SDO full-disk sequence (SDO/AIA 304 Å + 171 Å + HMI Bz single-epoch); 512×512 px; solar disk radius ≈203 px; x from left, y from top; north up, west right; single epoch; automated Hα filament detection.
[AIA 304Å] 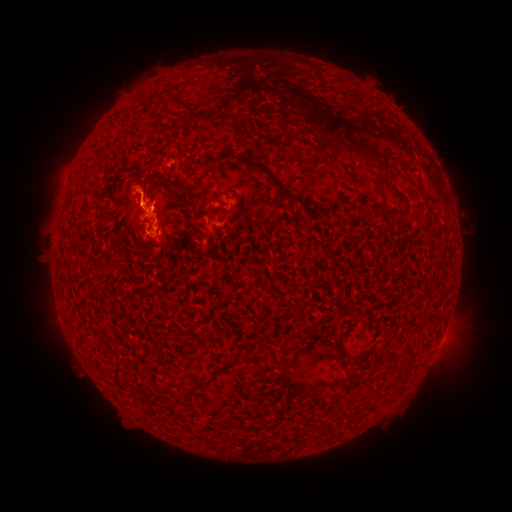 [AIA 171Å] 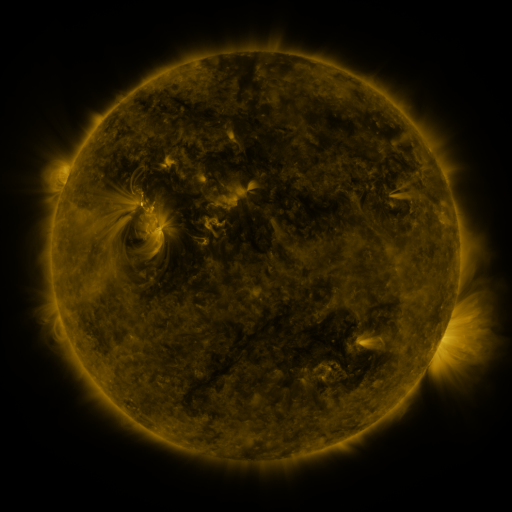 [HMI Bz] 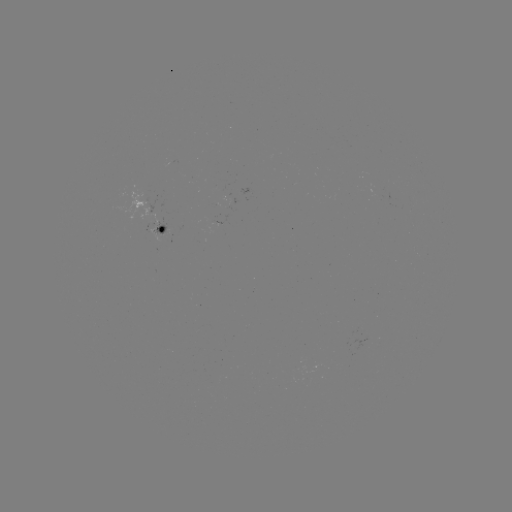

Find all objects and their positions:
filament: (163, 97, 177, 108)
filament: (234, 154, 305, 207)
filament: (373, 174, 384, 187)
filament: (163, 175, 187, 193)
filament: (216, 224, 227, 231)
filament: (335, 353, 359, 386)
